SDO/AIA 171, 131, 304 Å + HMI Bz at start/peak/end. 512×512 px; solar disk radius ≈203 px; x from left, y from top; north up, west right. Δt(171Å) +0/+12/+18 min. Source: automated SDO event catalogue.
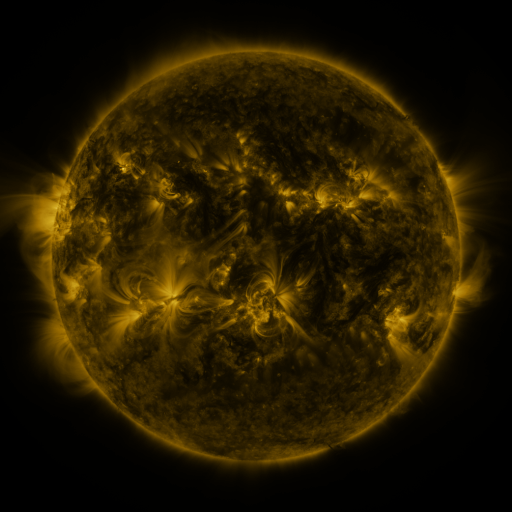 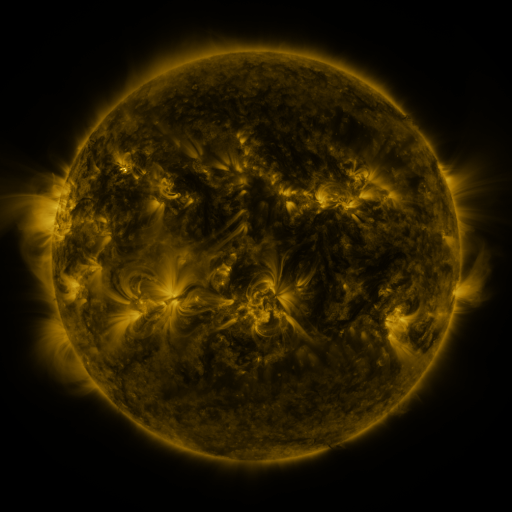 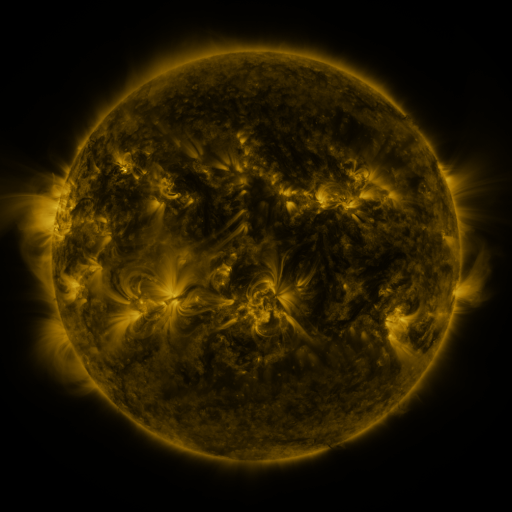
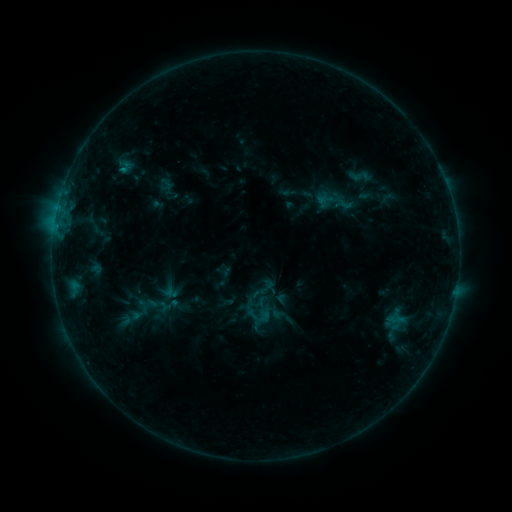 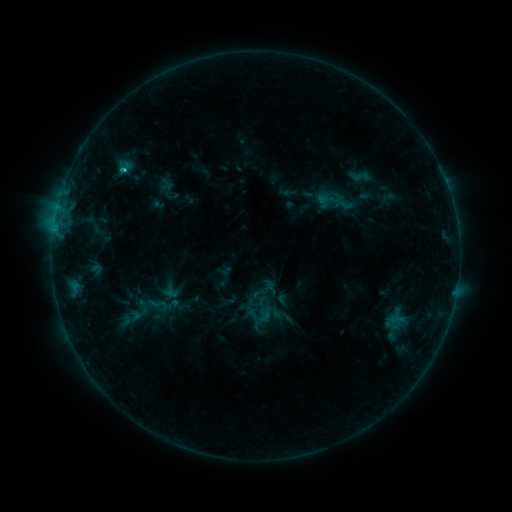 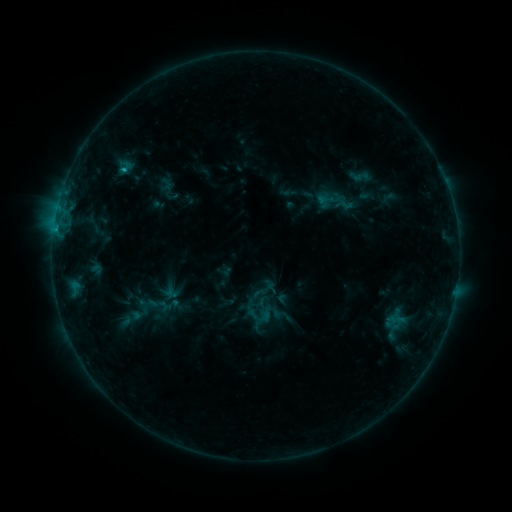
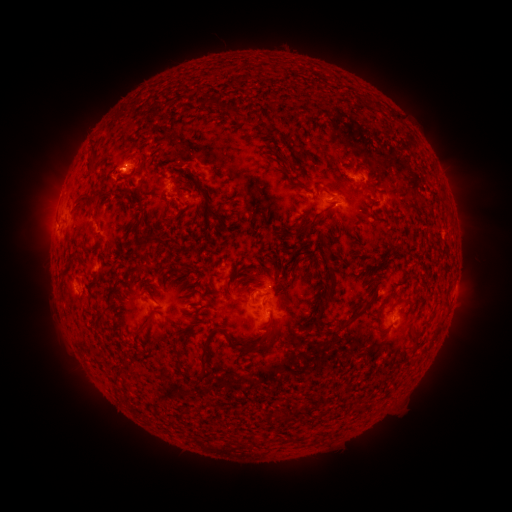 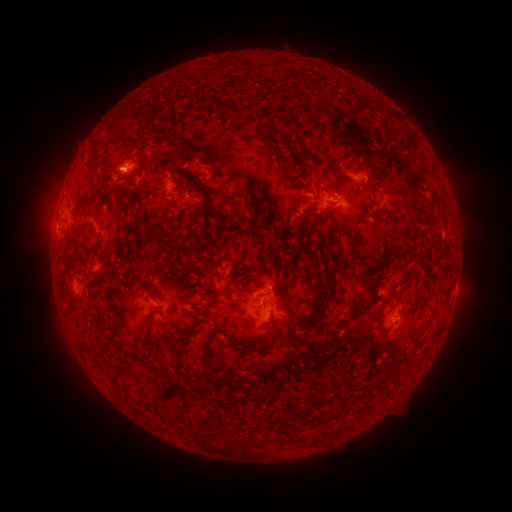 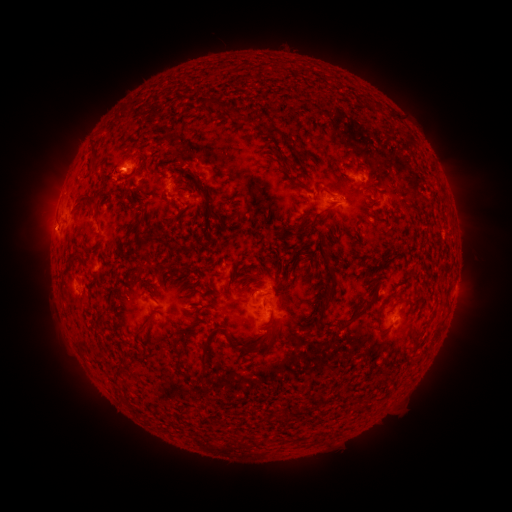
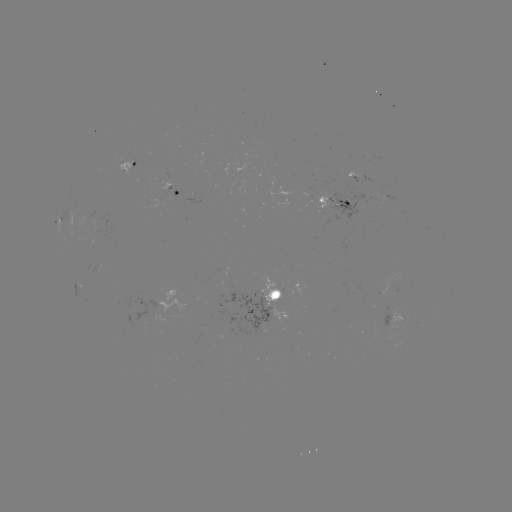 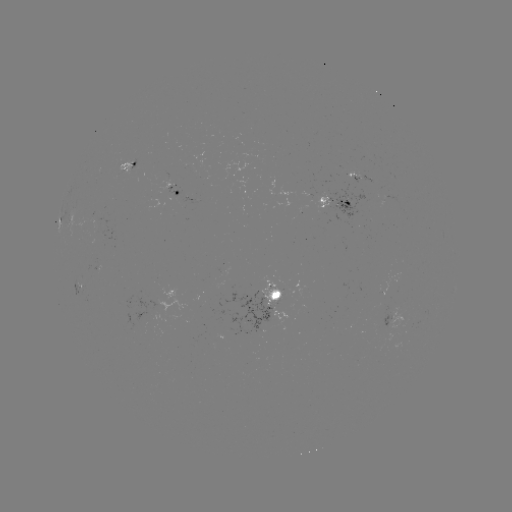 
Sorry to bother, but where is C1.0 flare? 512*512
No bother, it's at [125, 171].